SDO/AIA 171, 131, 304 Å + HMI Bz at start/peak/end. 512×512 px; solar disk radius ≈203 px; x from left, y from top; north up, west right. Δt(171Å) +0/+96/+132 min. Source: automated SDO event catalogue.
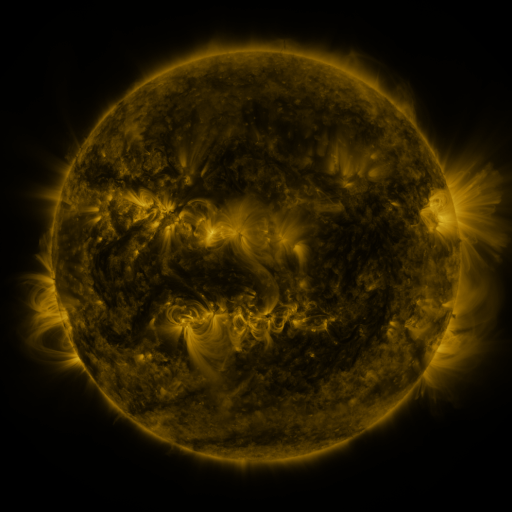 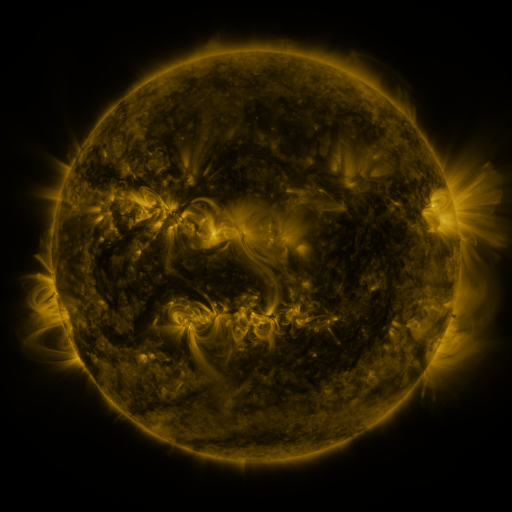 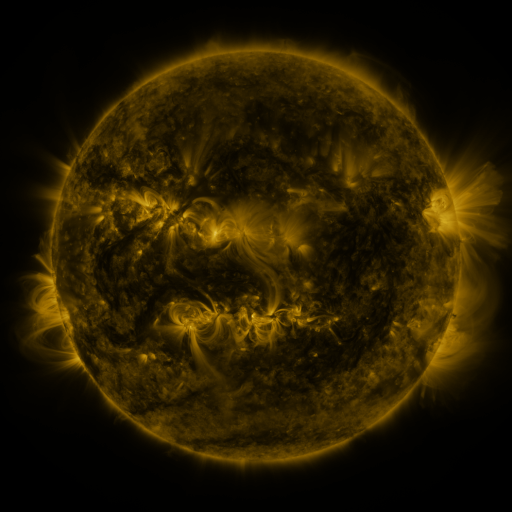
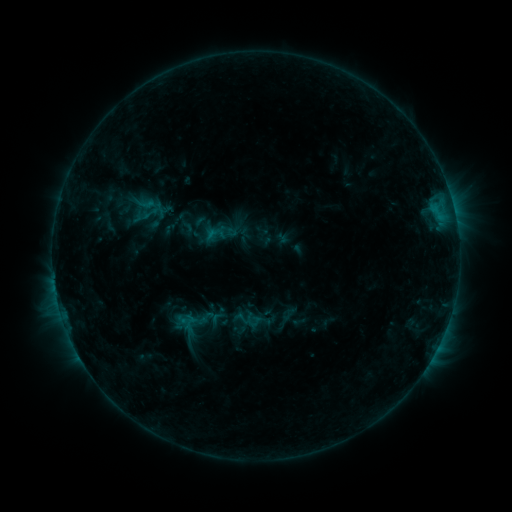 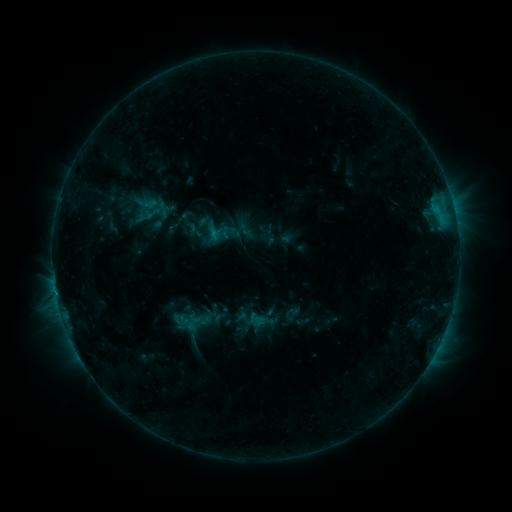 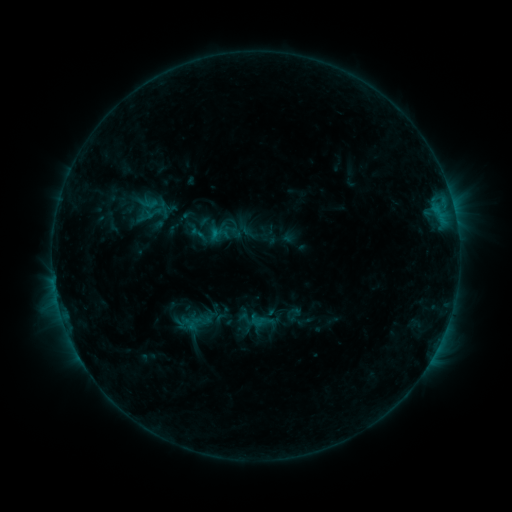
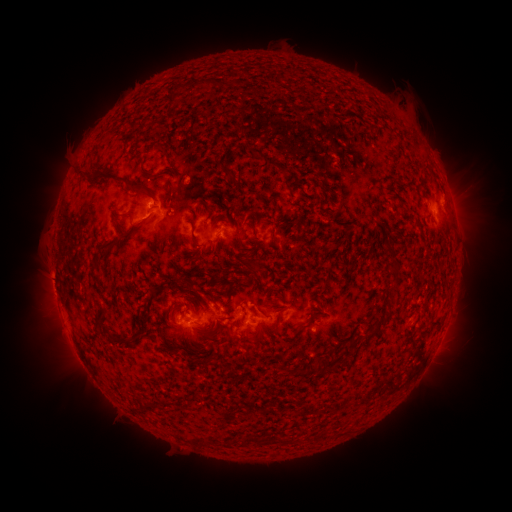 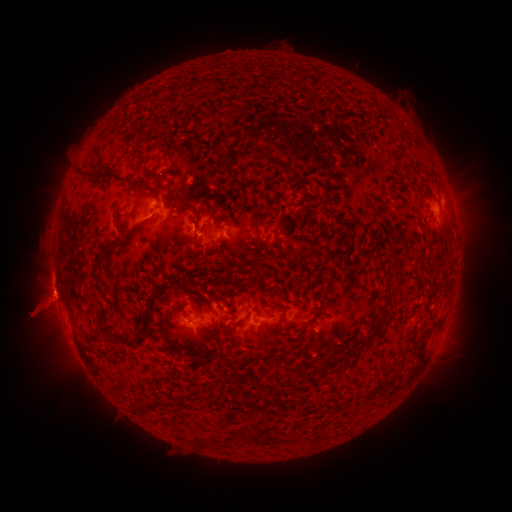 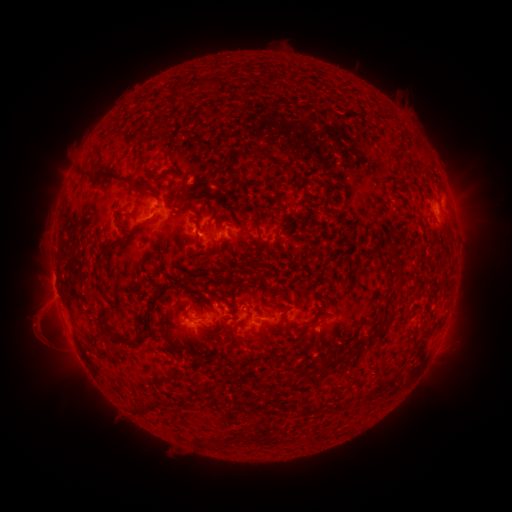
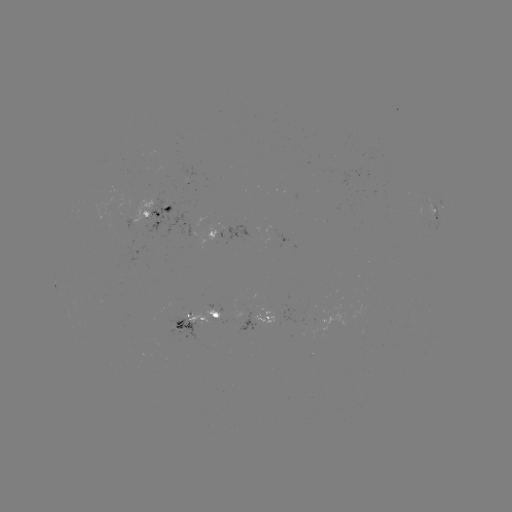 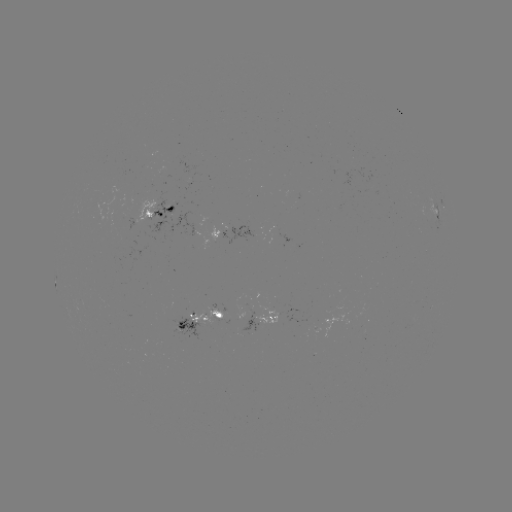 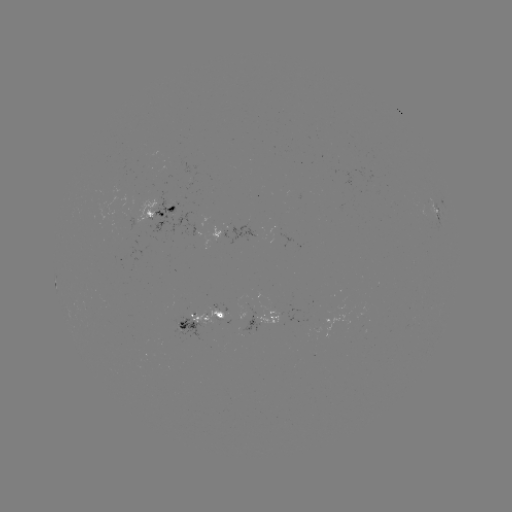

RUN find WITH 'emerging-flux region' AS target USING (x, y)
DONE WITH (308, 314) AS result